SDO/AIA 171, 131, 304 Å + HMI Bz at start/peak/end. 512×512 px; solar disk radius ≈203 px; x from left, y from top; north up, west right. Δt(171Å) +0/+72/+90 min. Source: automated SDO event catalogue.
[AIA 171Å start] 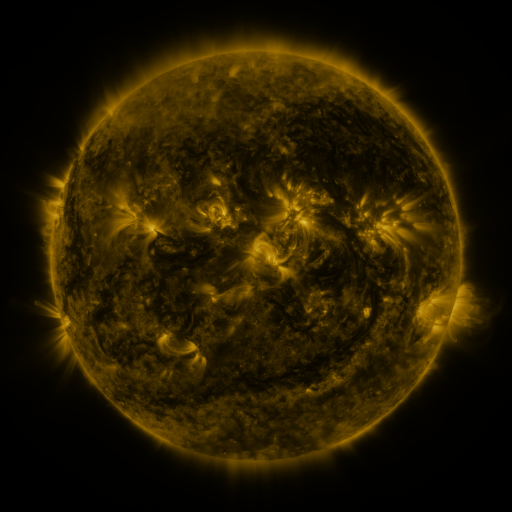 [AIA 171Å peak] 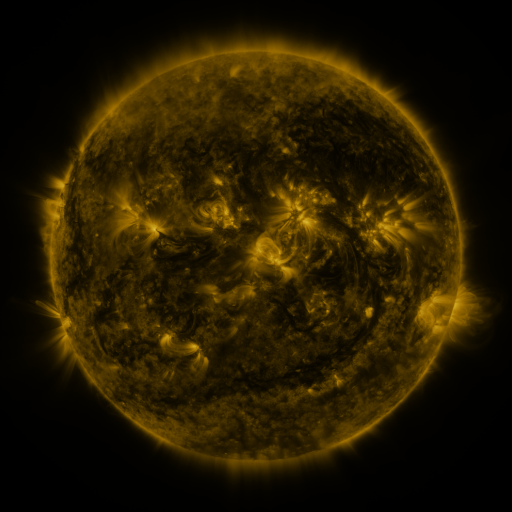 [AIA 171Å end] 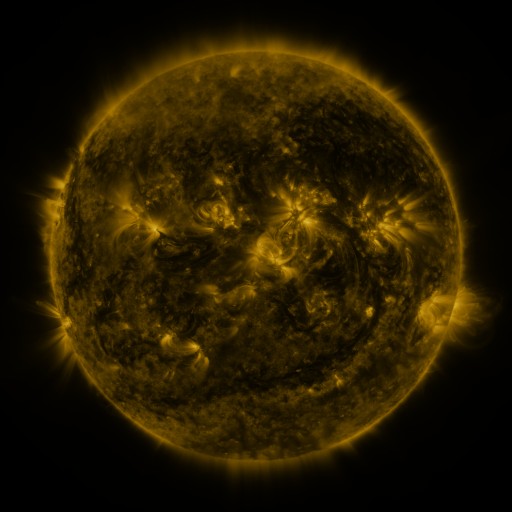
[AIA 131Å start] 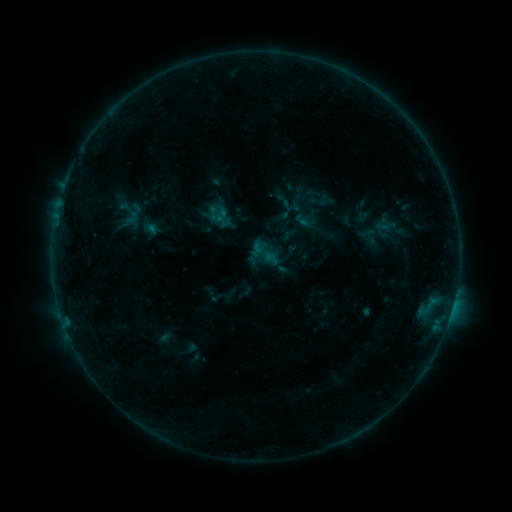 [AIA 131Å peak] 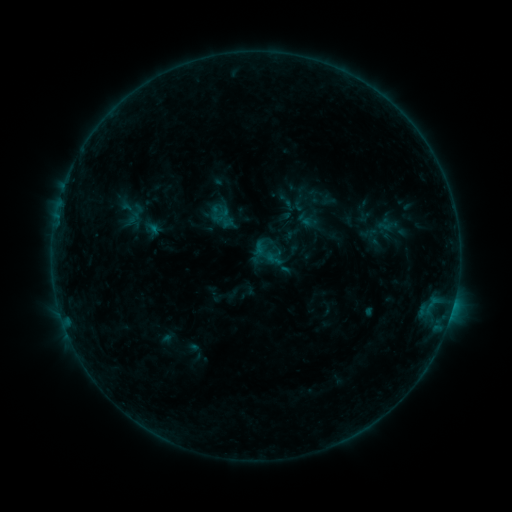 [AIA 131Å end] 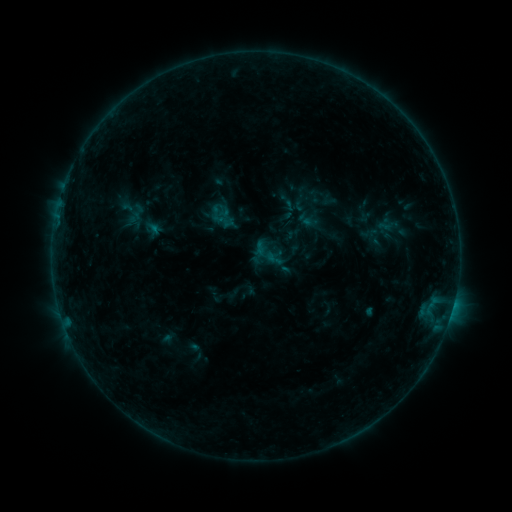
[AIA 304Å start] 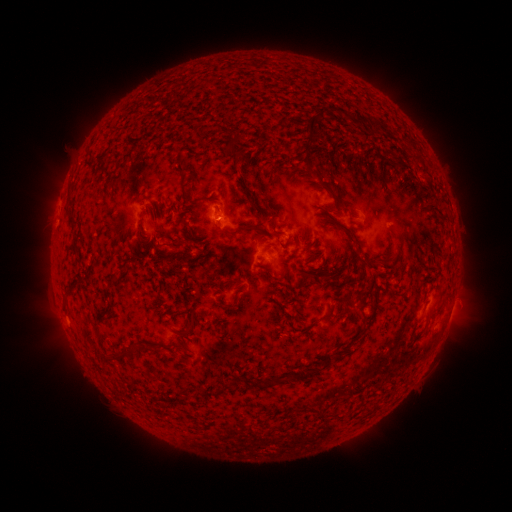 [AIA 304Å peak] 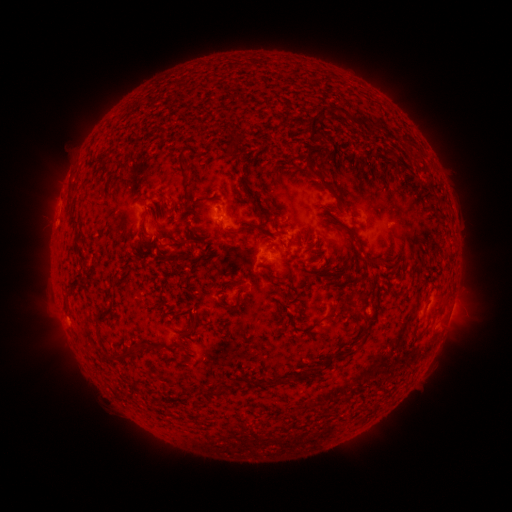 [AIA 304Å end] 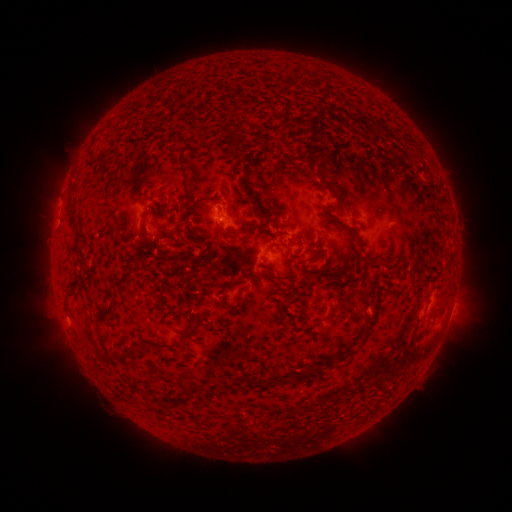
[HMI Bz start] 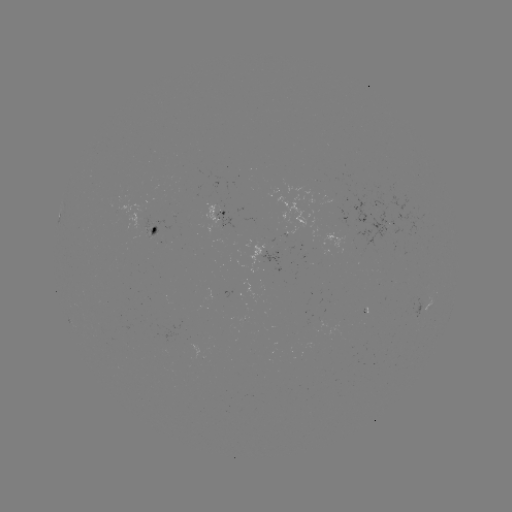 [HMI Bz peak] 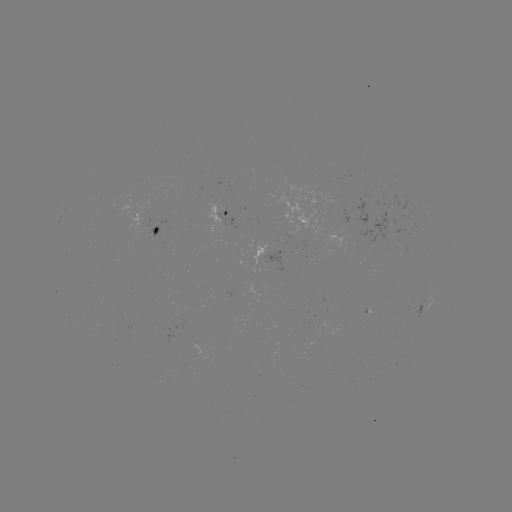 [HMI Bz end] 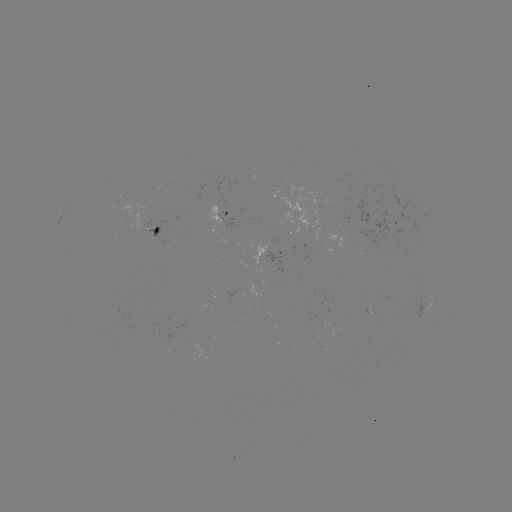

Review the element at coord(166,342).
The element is emerging-flux region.